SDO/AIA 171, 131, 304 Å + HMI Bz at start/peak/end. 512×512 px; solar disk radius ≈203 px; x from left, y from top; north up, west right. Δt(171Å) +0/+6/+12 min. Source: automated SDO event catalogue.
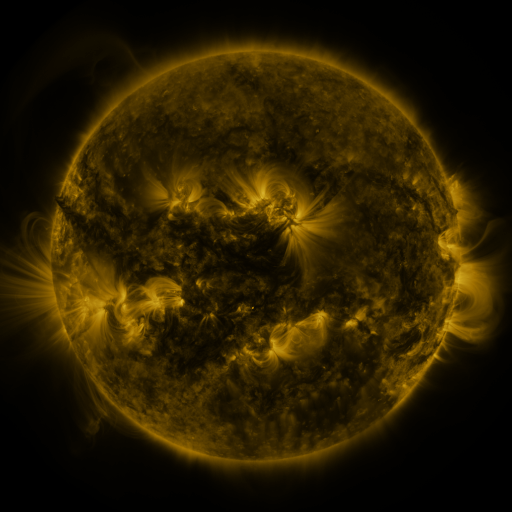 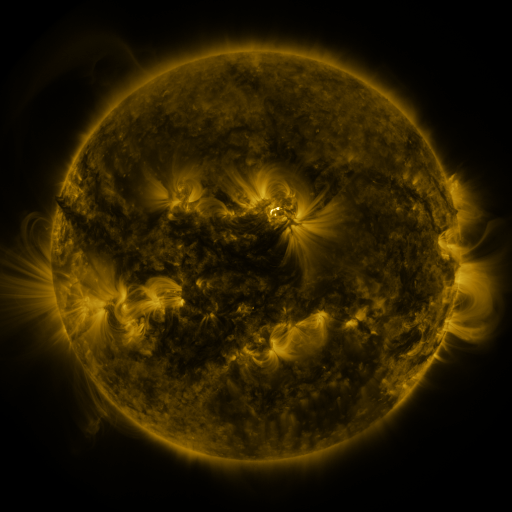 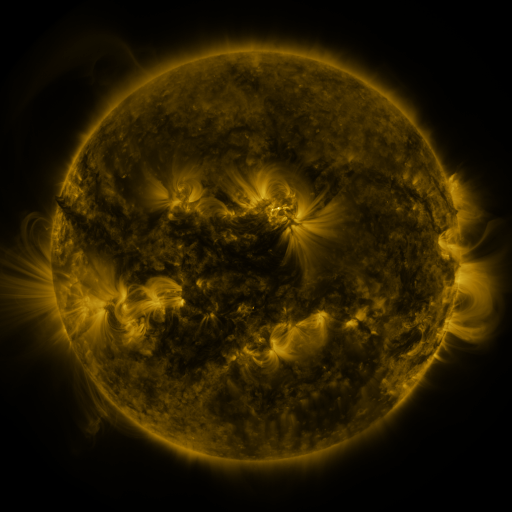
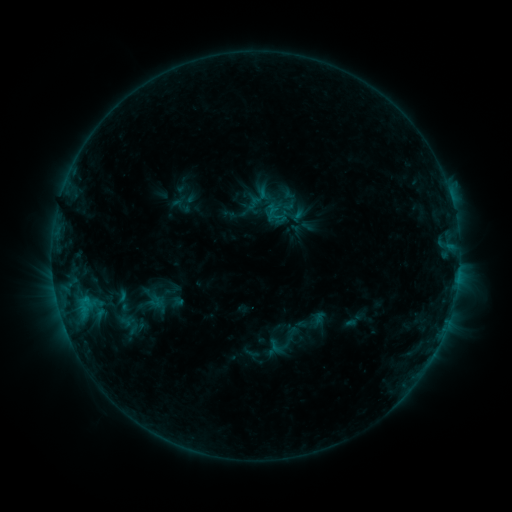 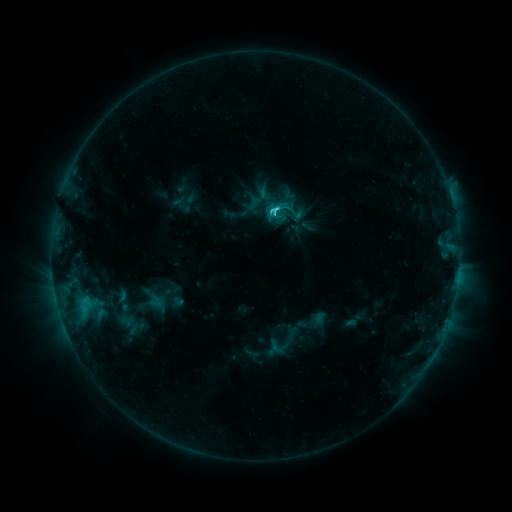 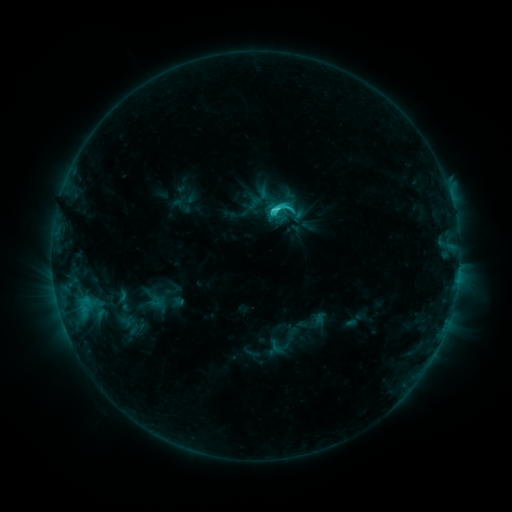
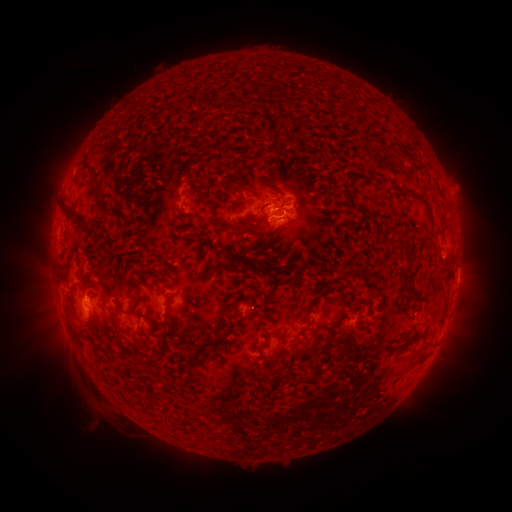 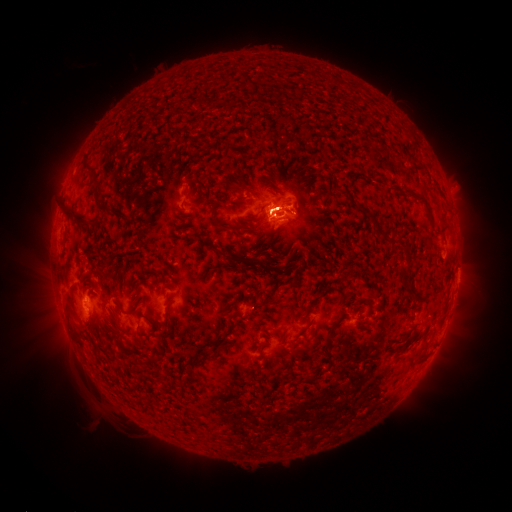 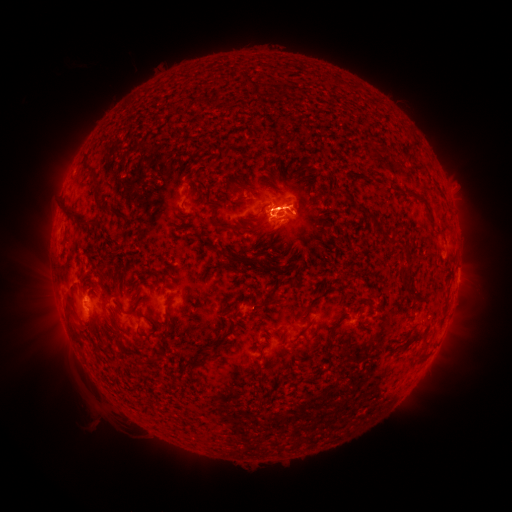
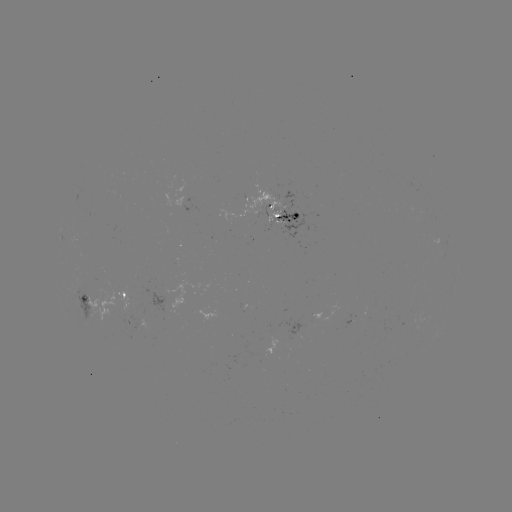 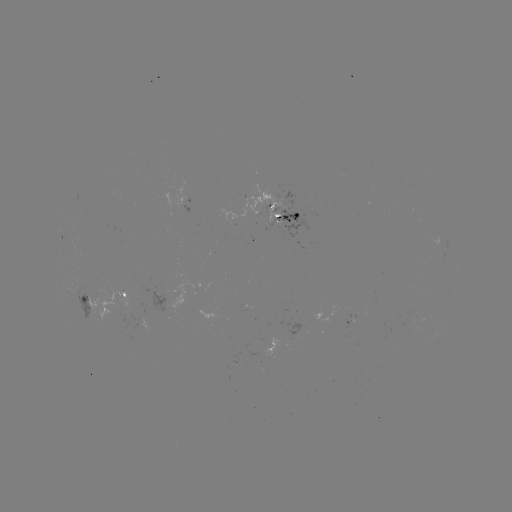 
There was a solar flare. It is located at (273, 211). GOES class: C3.6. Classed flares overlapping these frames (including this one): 1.